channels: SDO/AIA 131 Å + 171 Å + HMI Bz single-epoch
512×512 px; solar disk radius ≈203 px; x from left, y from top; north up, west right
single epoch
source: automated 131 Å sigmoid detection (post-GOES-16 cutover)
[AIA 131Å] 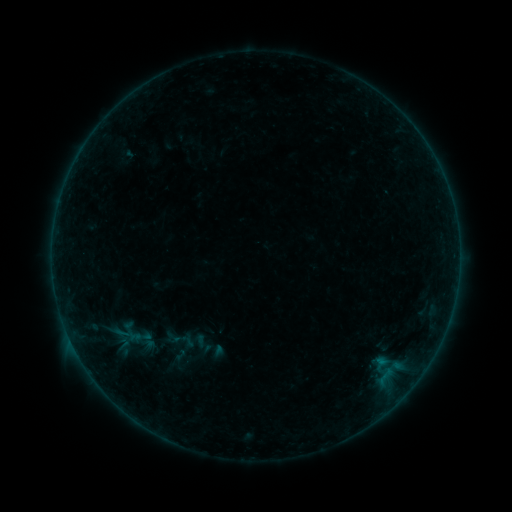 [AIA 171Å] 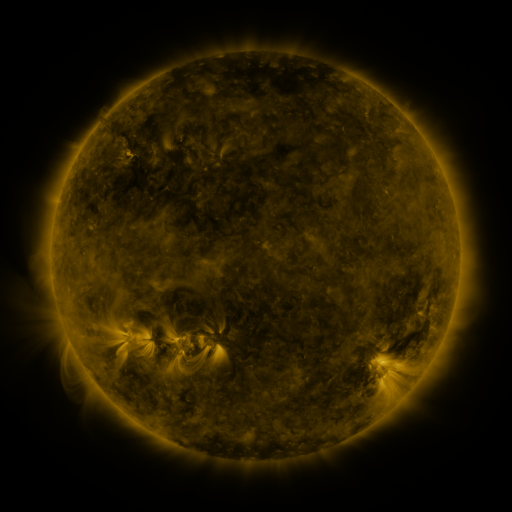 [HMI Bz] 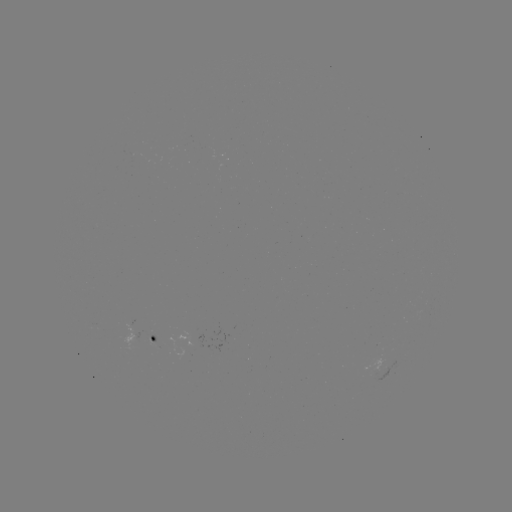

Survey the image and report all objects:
sigmoid: (179, 340)
